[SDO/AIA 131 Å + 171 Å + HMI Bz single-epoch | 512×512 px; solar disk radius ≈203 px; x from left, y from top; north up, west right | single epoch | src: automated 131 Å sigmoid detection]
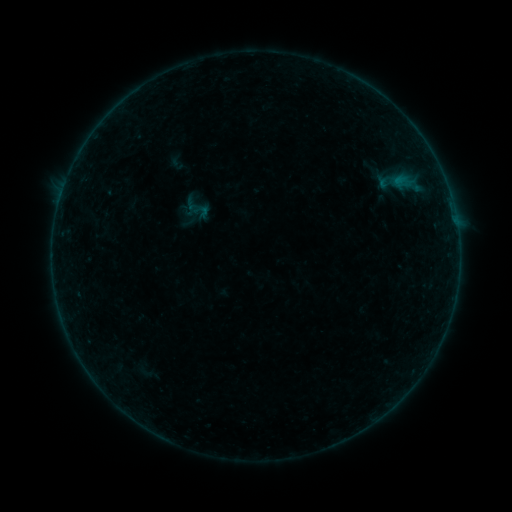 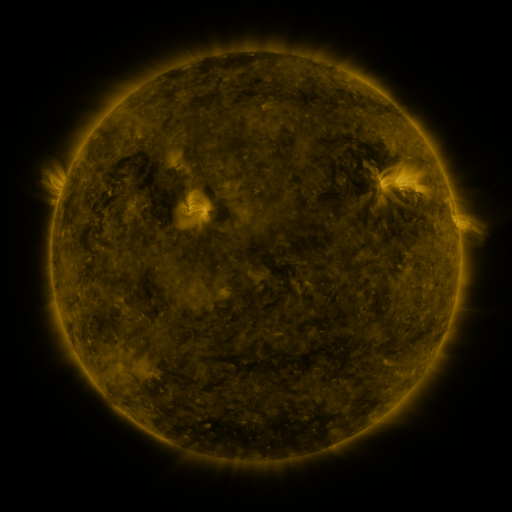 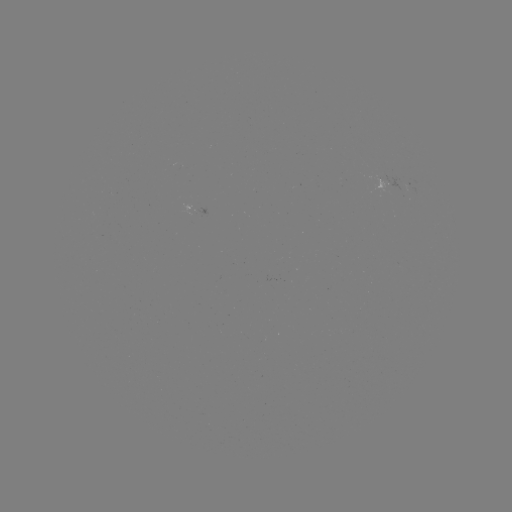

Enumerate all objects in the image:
sigmoid: (185, 197, 209, 220)
